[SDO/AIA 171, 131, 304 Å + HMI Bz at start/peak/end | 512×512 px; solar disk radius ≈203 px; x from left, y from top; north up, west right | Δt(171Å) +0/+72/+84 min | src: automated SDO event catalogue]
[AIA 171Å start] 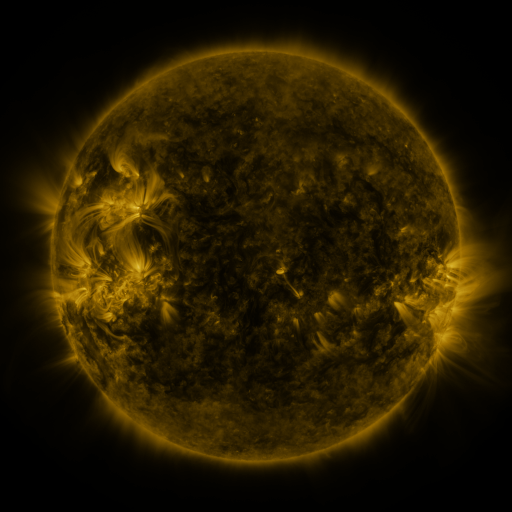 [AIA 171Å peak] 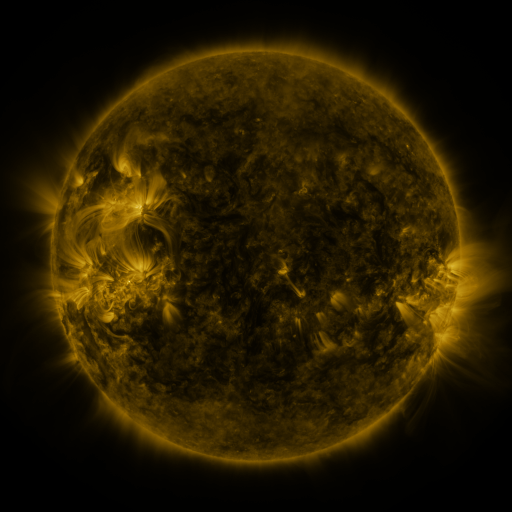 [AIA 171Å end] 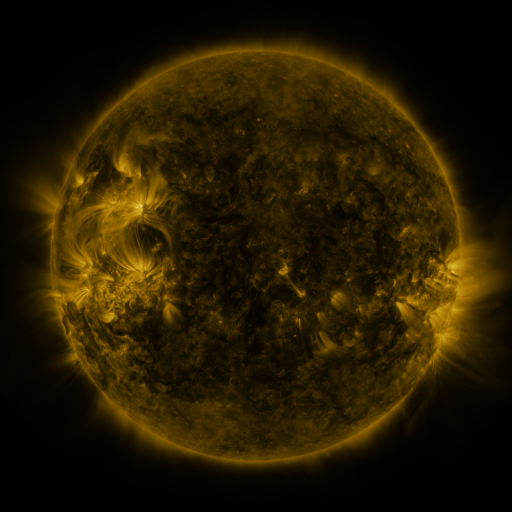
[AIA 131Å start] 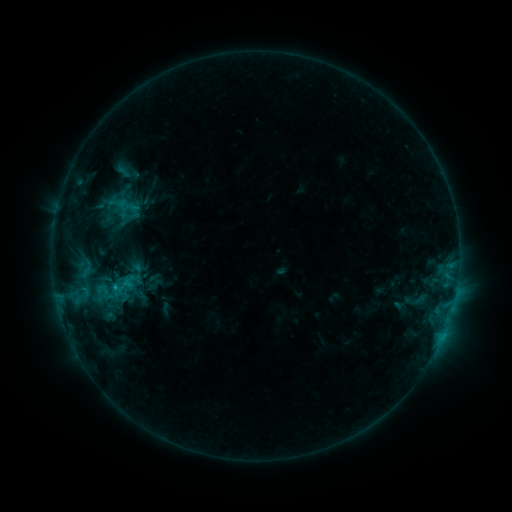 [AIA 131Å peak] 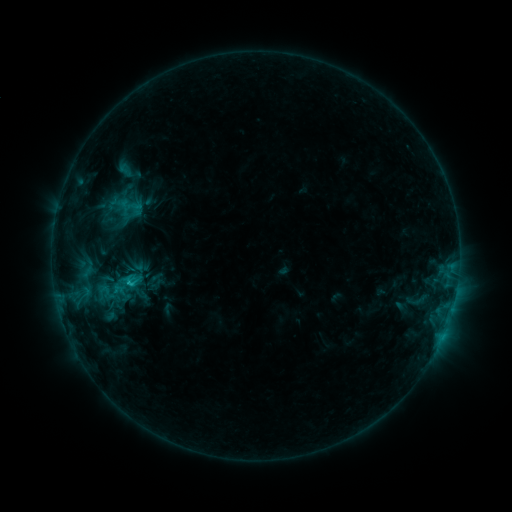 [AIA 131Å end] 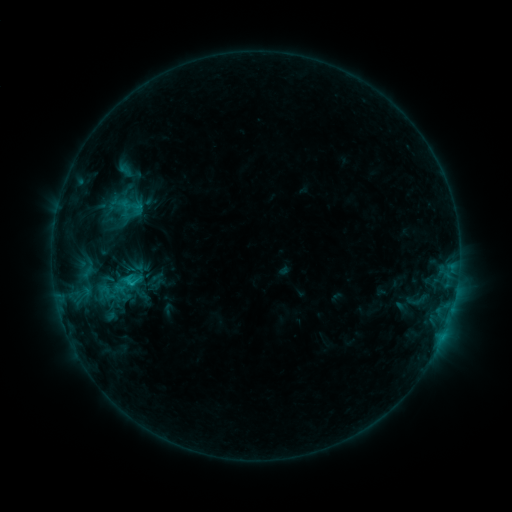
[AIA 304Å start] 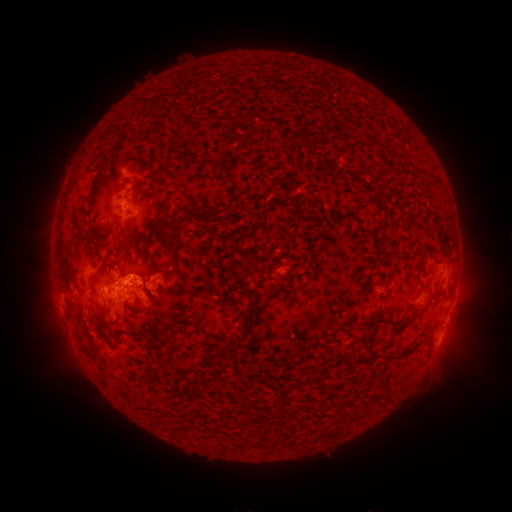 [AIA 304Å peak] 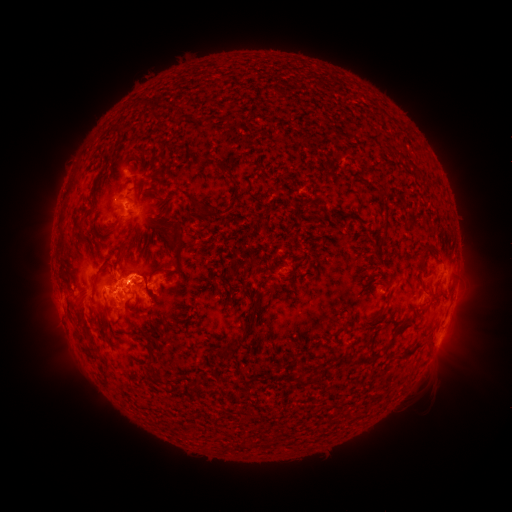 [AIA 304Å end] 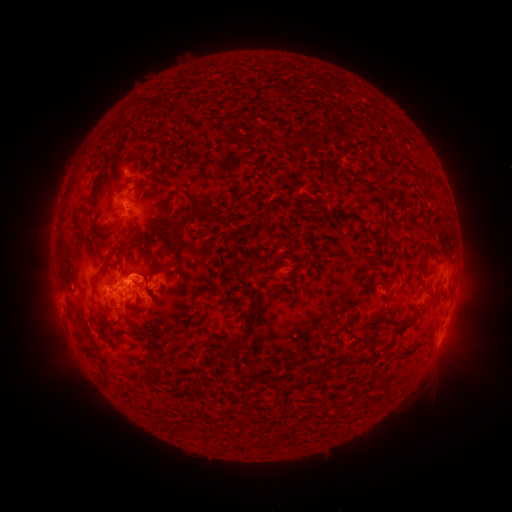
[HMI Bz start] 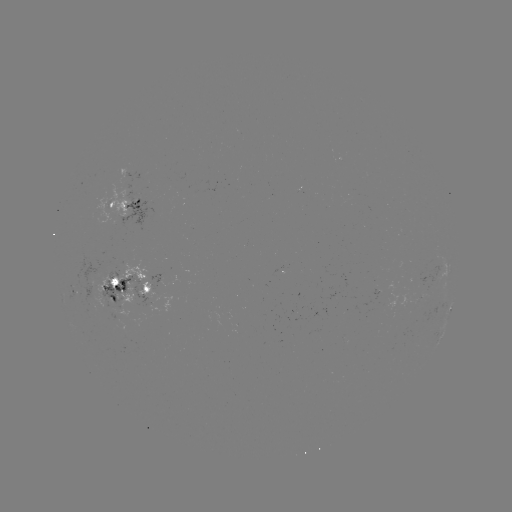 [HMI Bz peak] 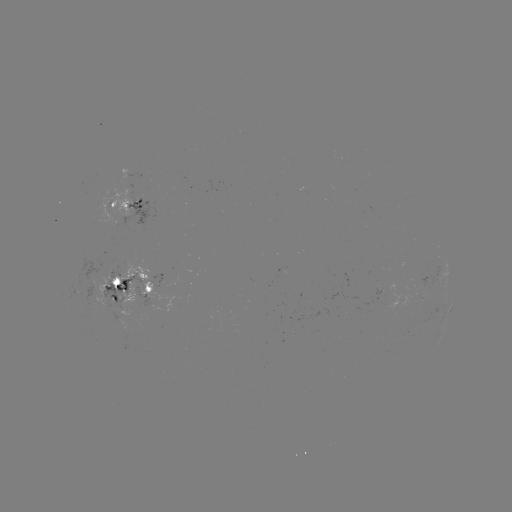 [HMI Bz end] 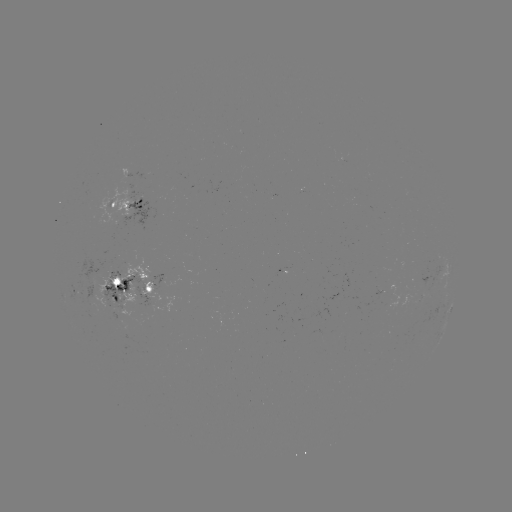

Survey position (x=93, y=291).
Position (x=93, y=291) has emerging-flux region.